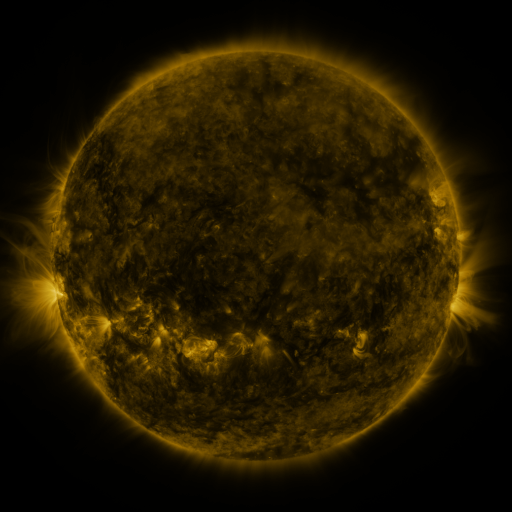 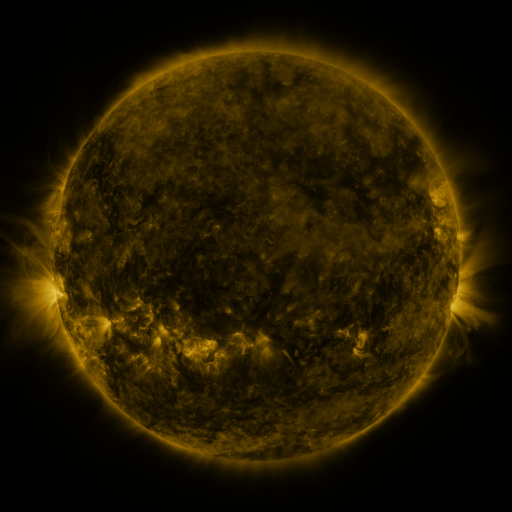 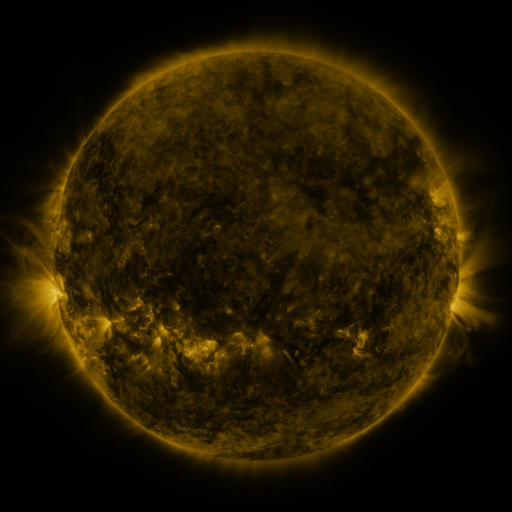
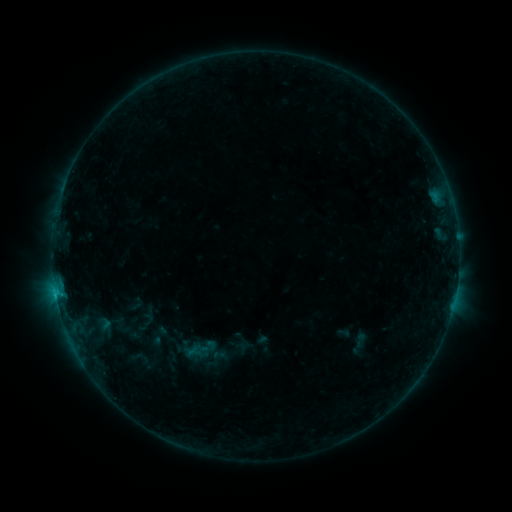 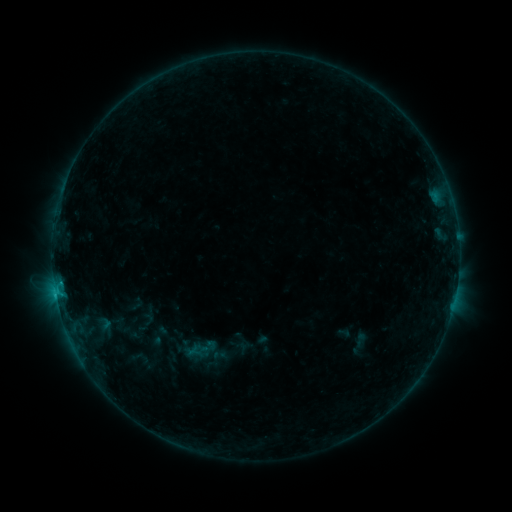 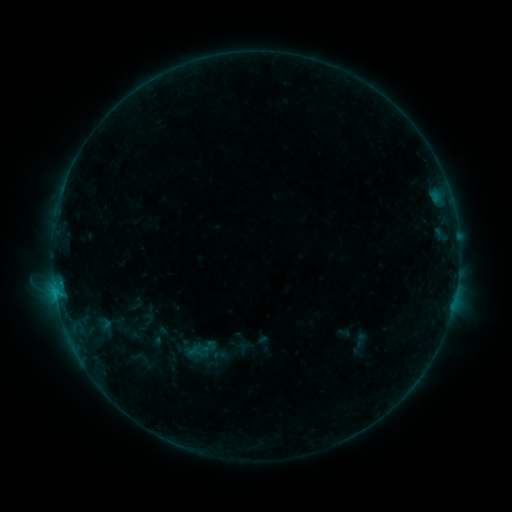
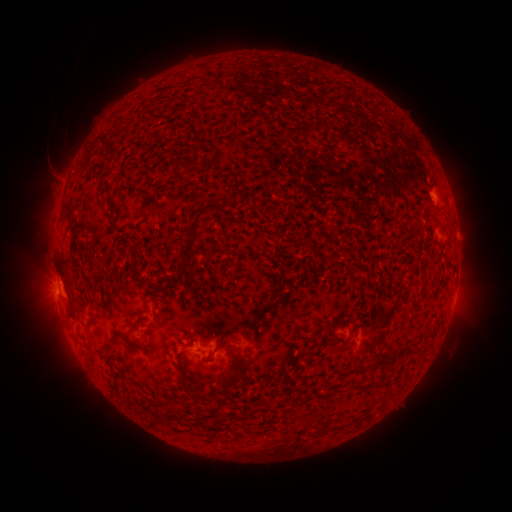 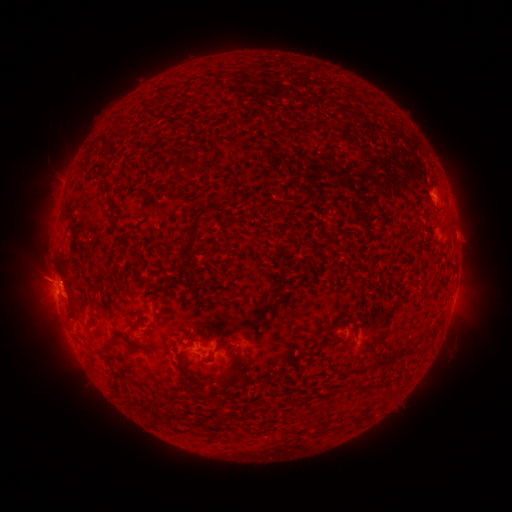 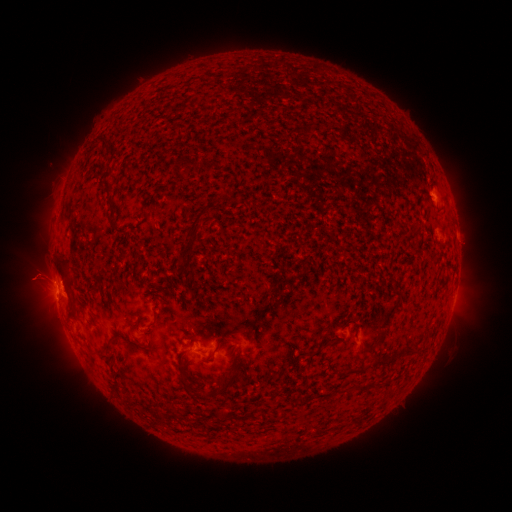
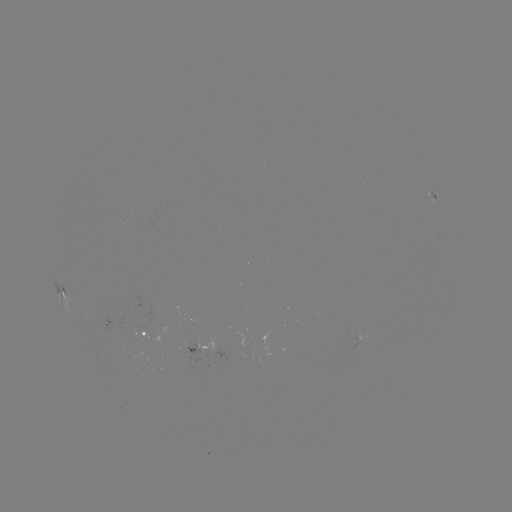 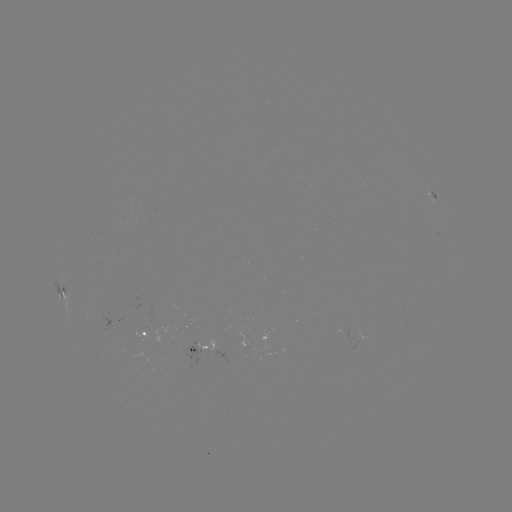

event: flare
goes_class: B6.4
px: (59, 282)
